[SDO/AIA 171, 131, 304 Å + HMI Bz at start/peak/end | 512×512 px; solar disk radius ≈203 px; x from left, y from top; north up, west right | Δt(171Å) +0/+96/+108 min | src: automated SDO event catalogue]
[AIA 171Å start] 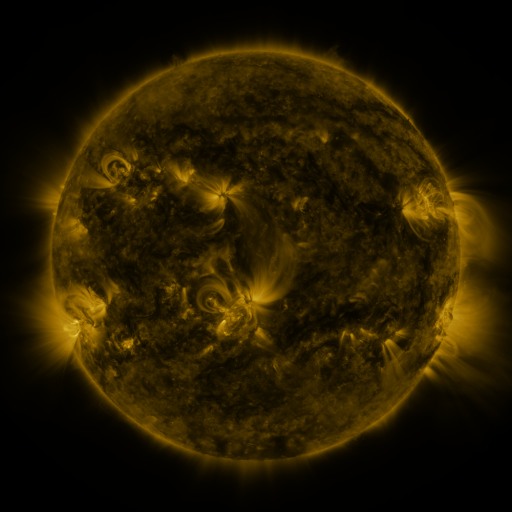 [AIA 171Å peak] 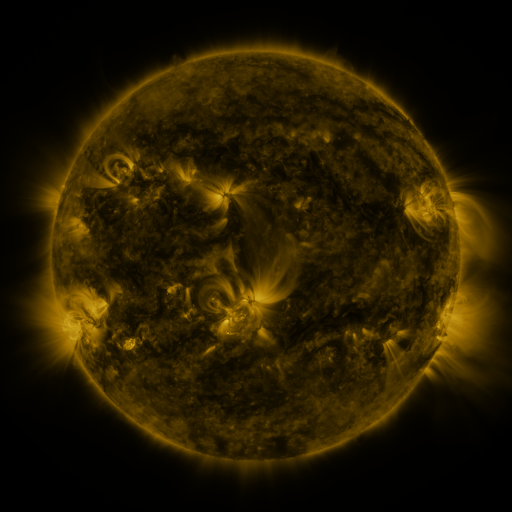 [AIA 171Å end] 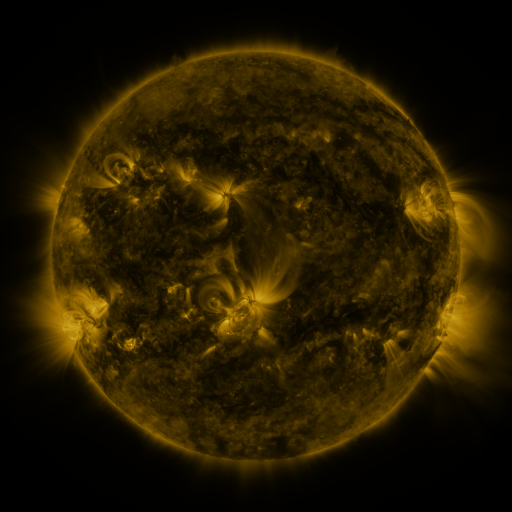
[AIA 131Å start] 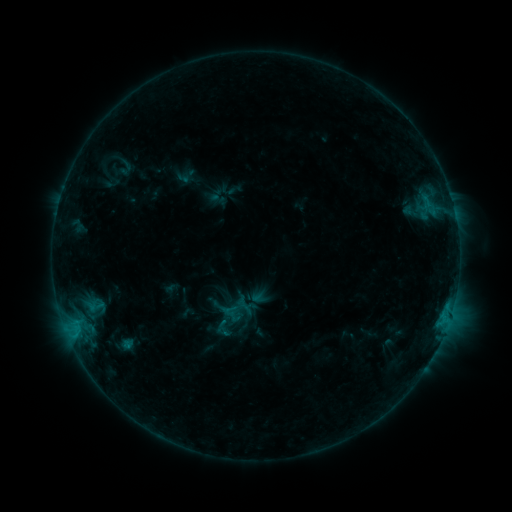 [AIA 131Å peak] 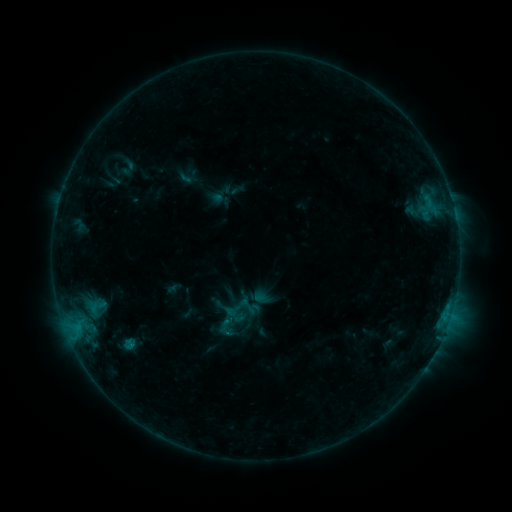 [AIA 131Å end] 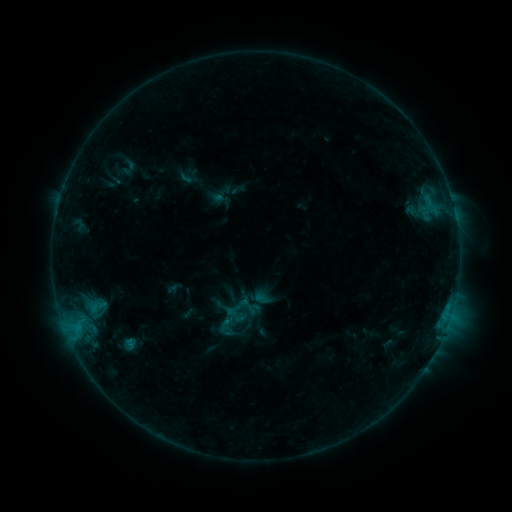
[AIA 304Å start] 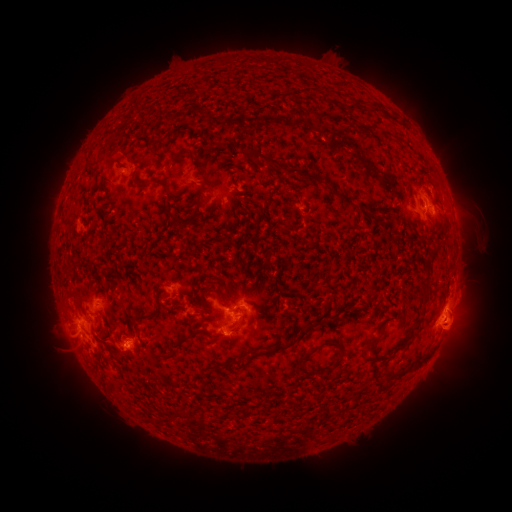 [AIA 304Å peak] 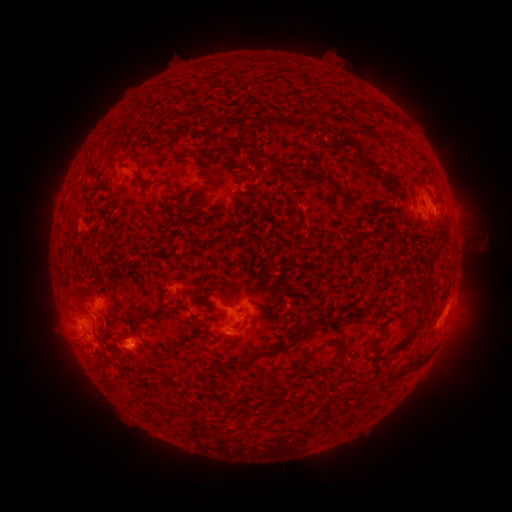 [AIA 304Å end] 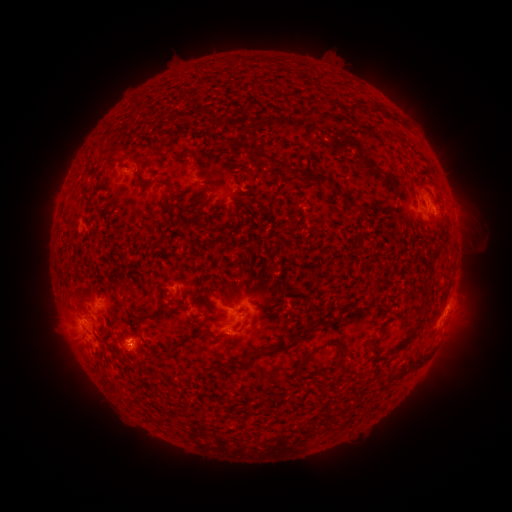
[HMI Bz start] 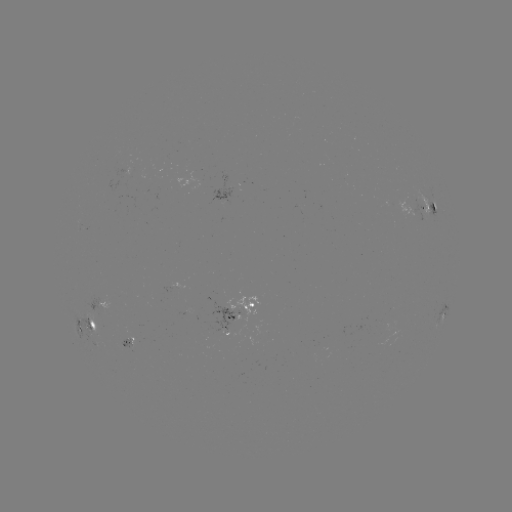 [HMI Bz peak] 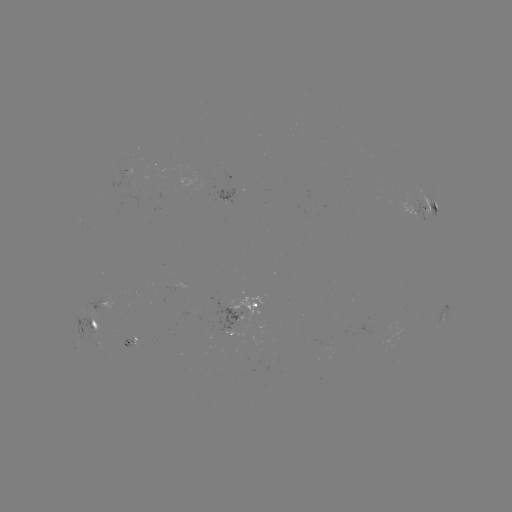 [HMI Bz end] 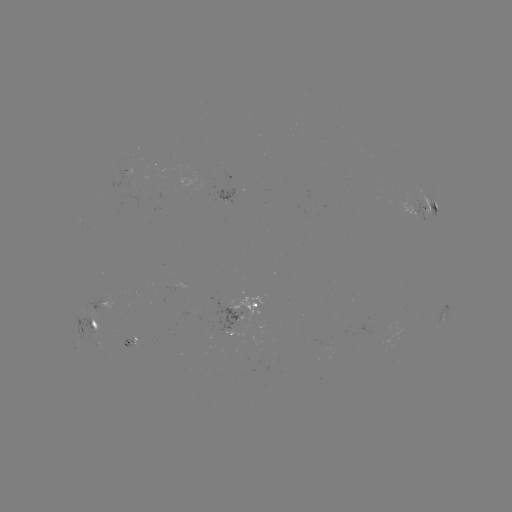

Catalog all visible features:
emerging-flux region: (238, 321)
